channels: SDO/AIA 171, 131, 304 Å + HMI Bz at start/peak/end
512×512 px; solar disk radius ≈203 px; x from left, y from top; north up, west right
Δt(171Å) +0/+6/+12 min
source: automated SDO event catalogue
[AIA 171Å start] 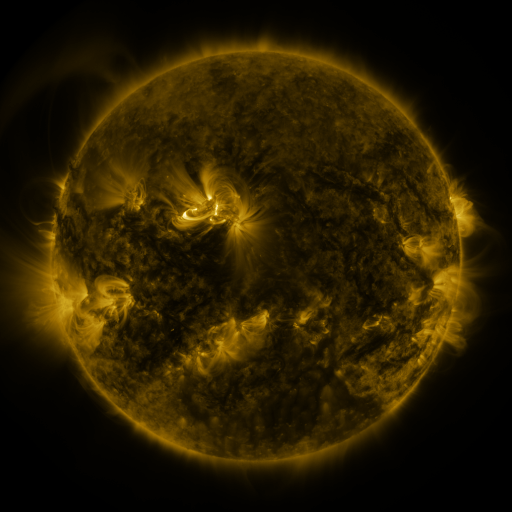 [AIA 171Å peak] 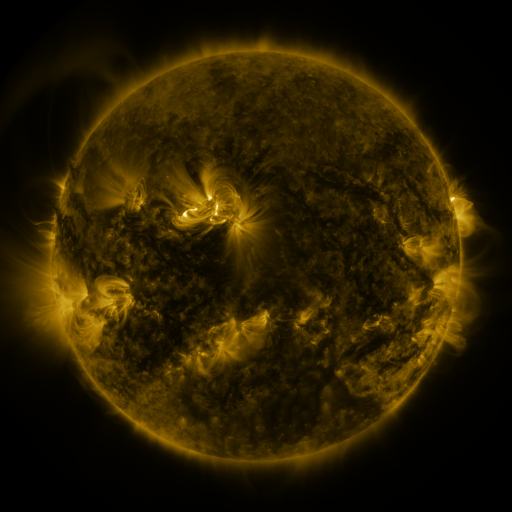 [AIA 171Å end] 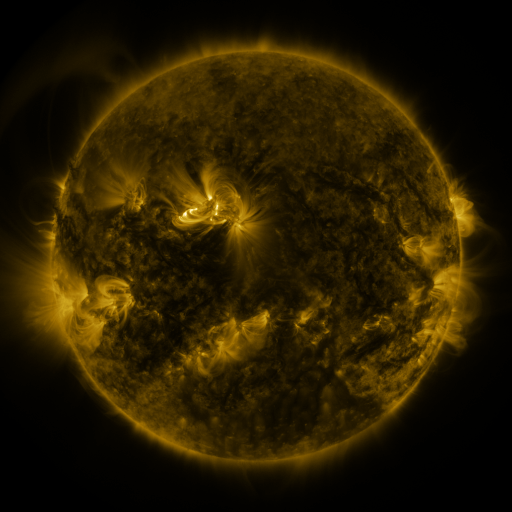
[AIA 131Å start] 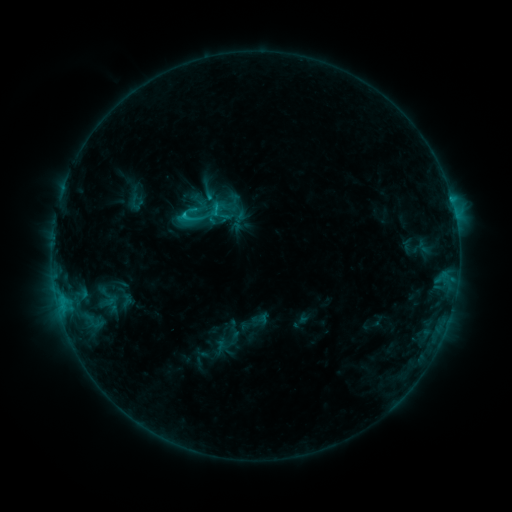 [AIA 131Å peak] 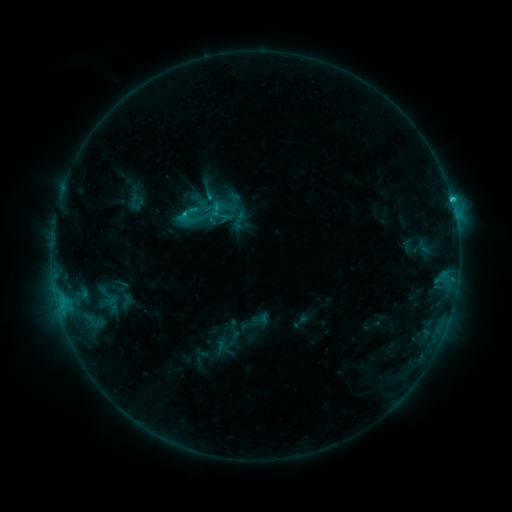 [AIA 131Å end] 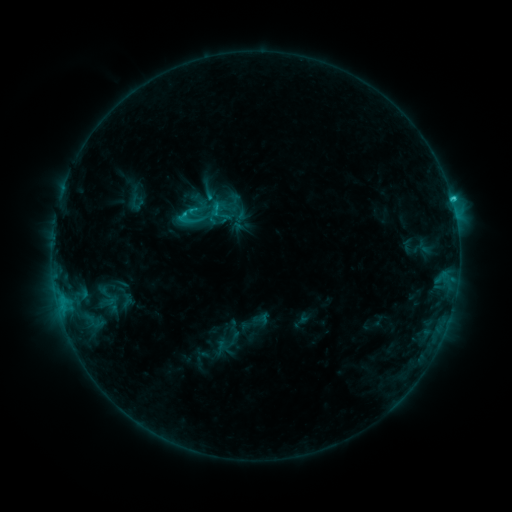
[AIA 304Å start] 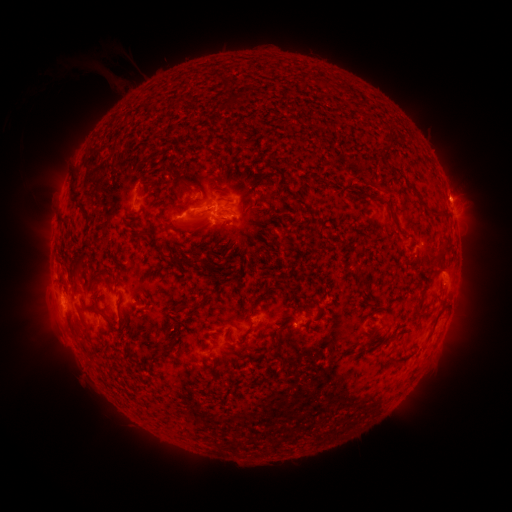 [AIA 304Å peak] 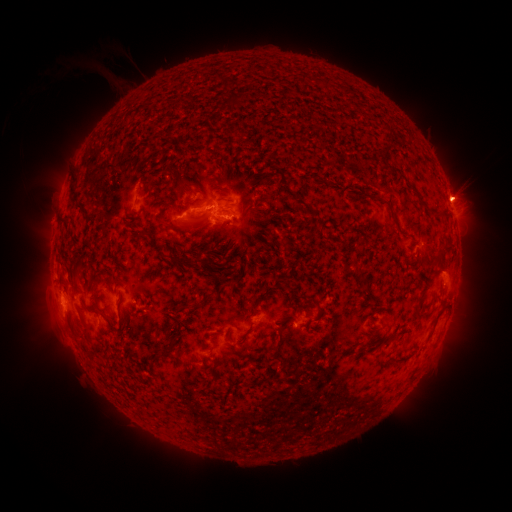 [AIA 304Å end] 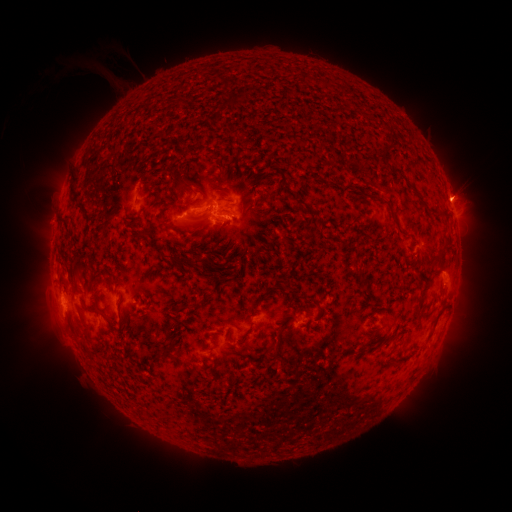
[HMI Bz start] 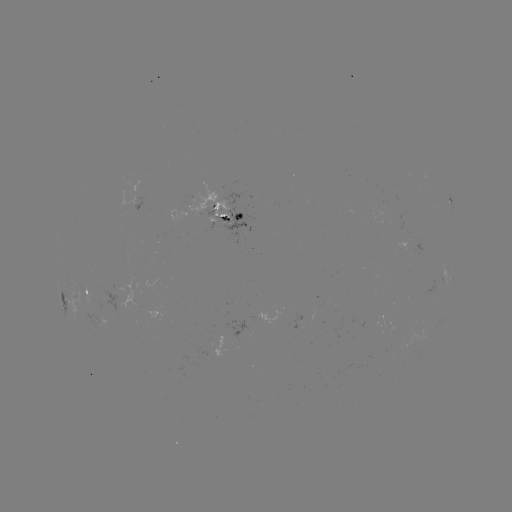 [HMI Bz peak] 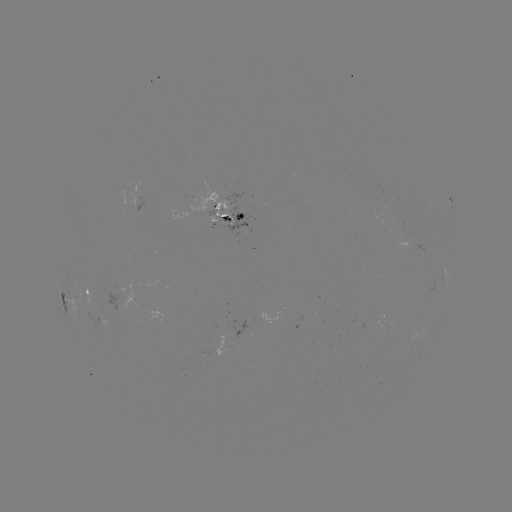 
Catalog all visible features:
eruption: (463, 191)
